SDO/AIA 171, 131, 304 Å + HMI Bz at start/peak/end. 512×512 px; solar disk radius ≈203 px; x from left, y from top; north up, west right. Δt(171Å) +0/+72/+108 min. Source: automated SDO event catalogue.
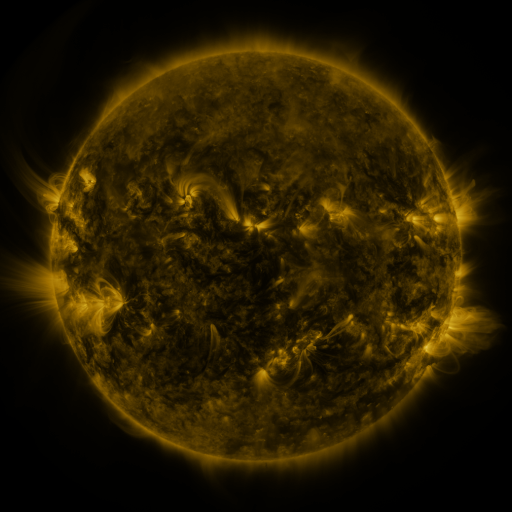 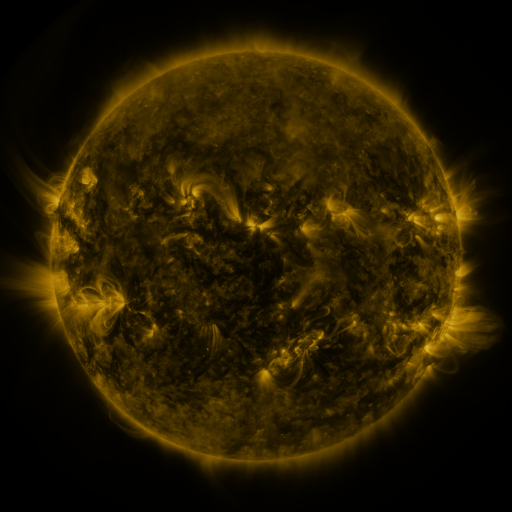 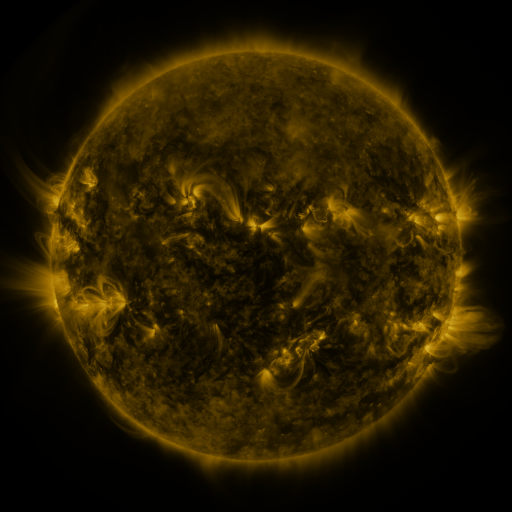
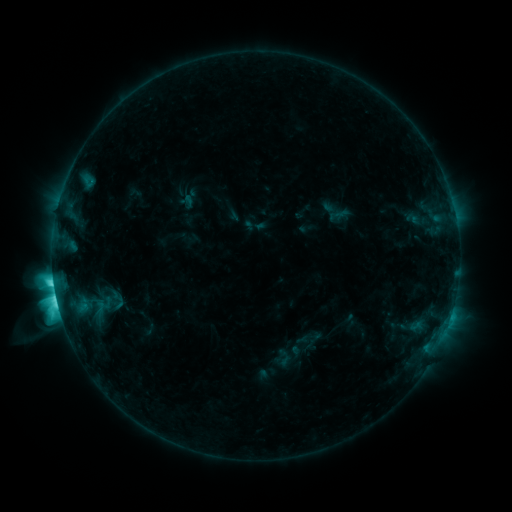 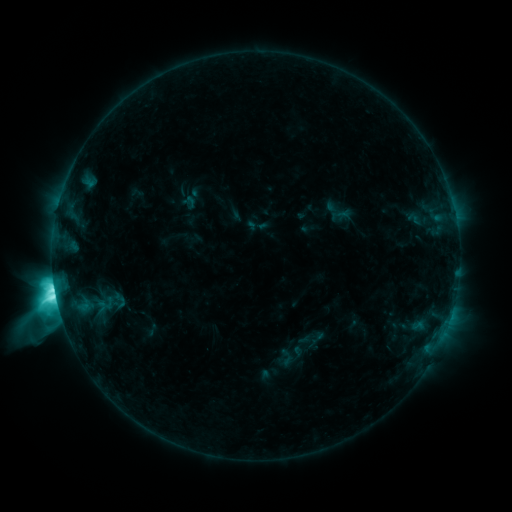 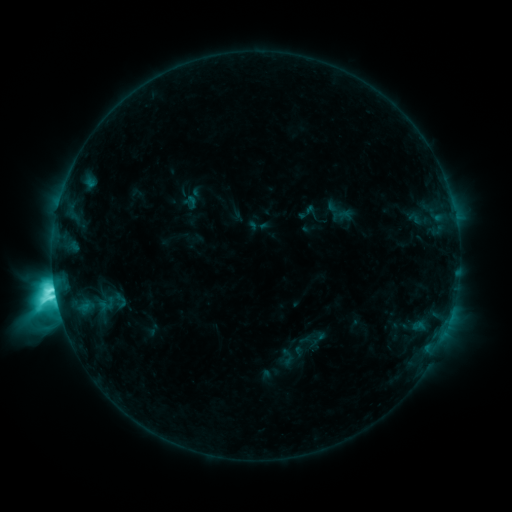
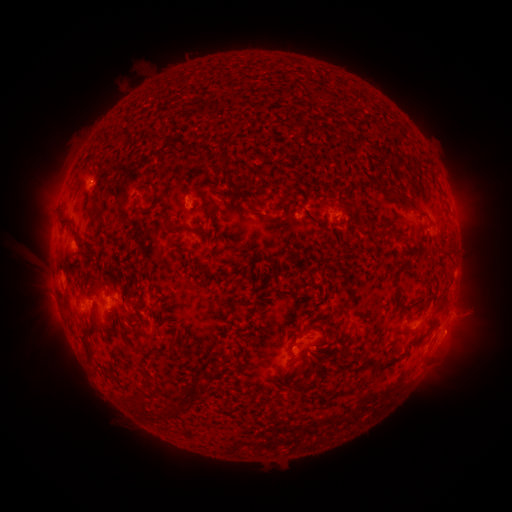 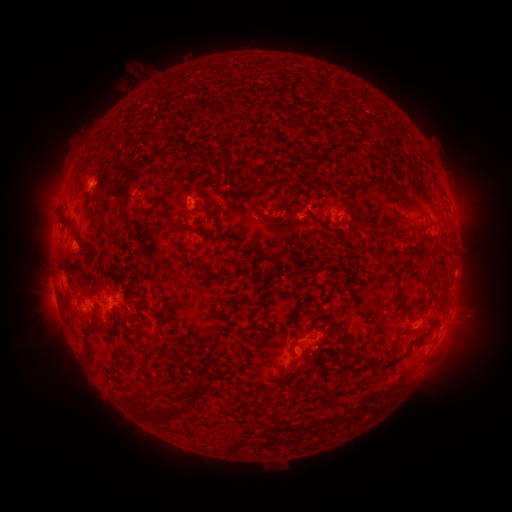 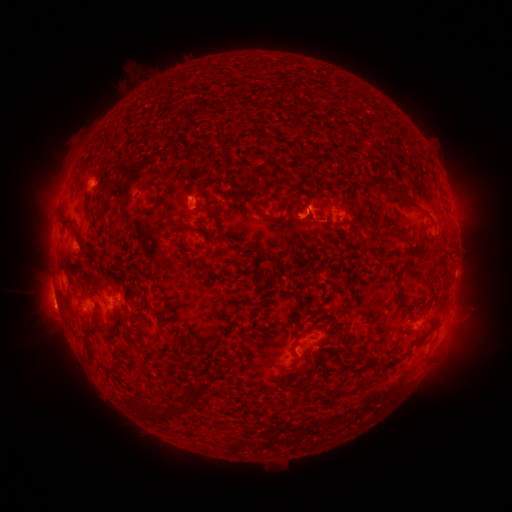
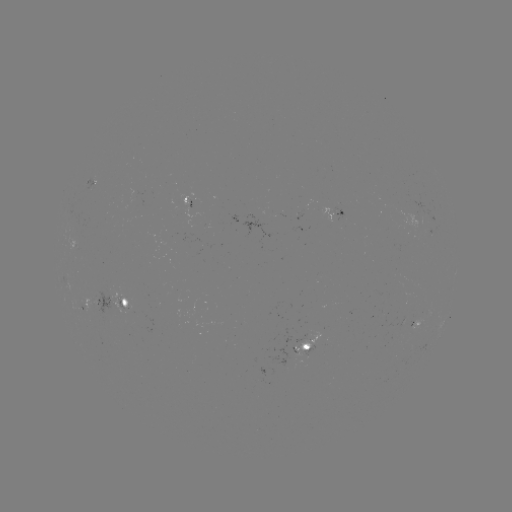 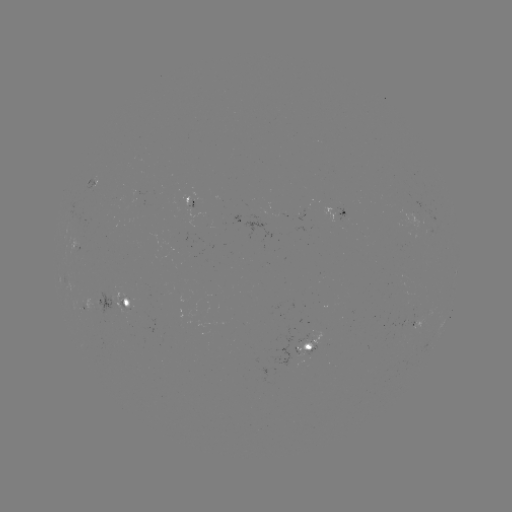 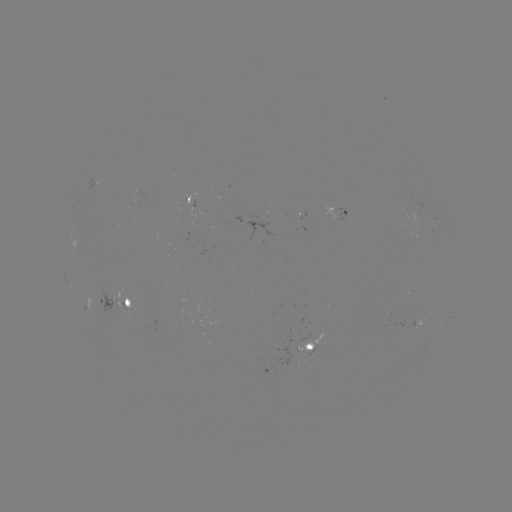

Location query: emerging-flux region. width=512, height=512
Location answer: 140,197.